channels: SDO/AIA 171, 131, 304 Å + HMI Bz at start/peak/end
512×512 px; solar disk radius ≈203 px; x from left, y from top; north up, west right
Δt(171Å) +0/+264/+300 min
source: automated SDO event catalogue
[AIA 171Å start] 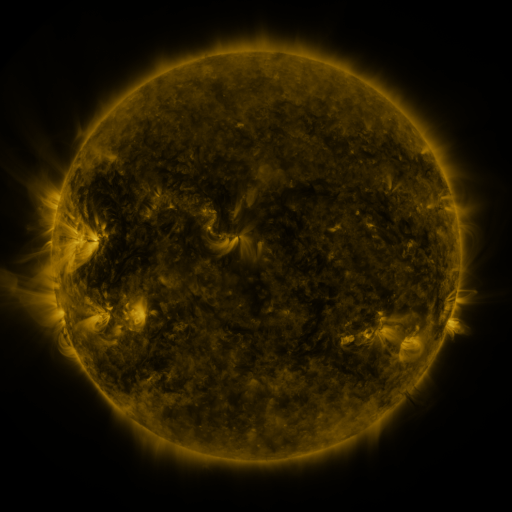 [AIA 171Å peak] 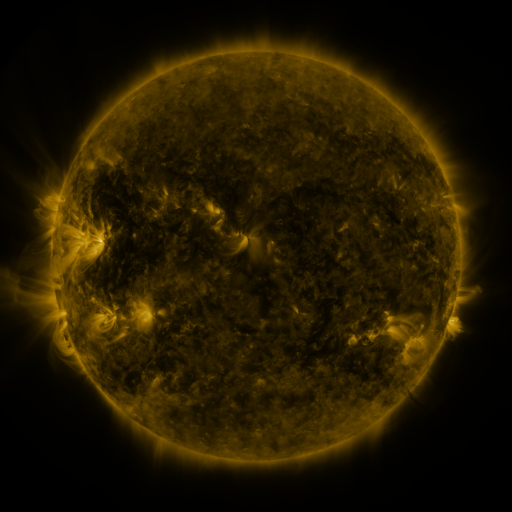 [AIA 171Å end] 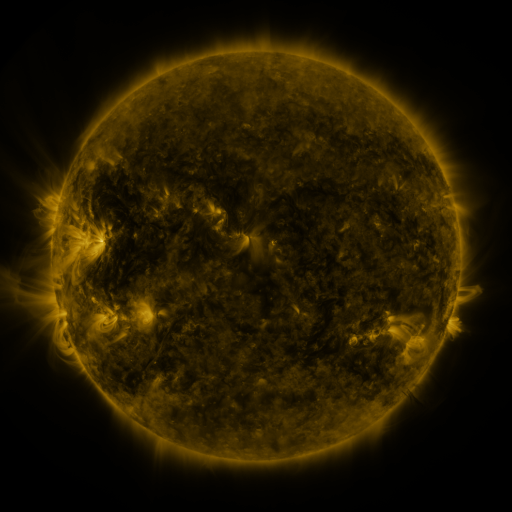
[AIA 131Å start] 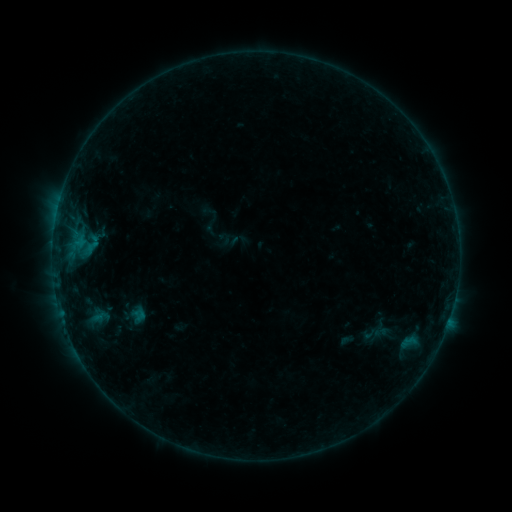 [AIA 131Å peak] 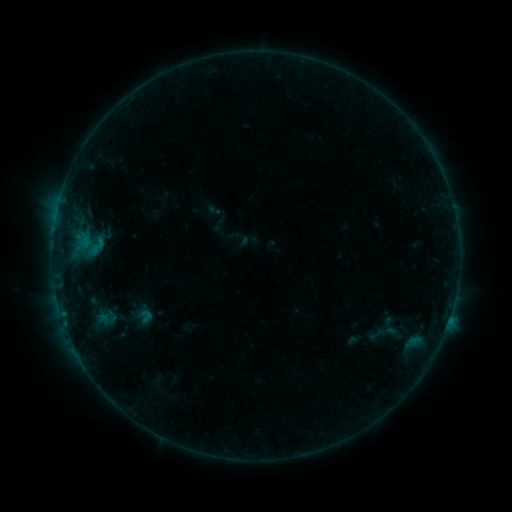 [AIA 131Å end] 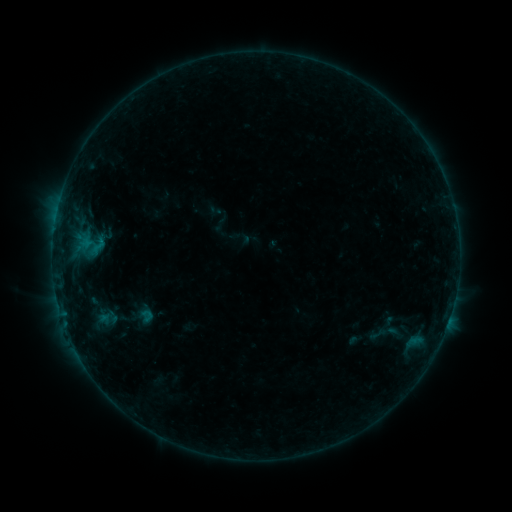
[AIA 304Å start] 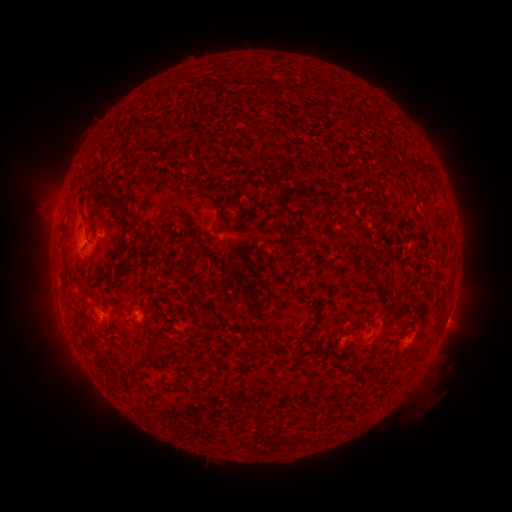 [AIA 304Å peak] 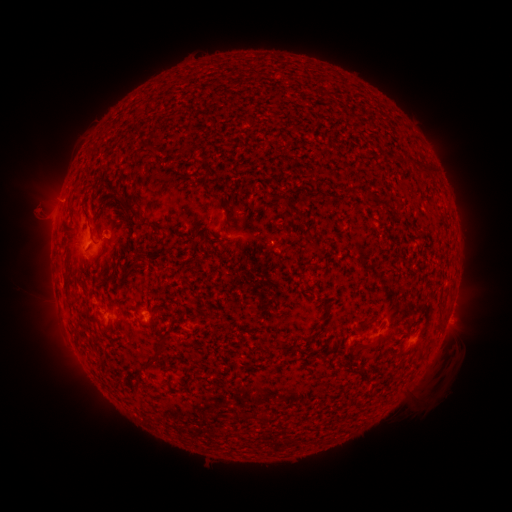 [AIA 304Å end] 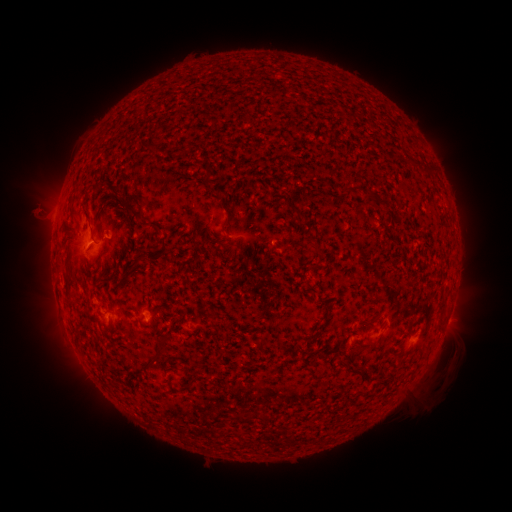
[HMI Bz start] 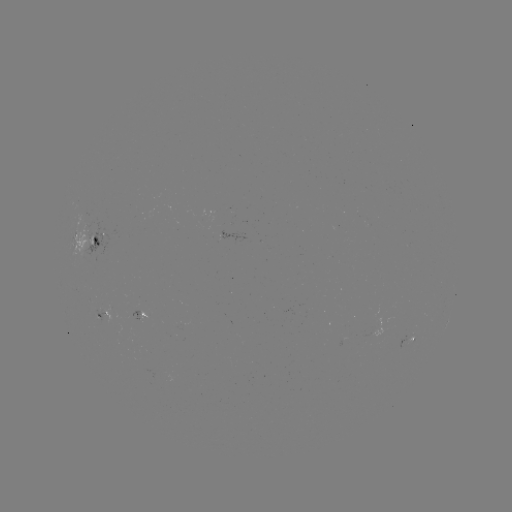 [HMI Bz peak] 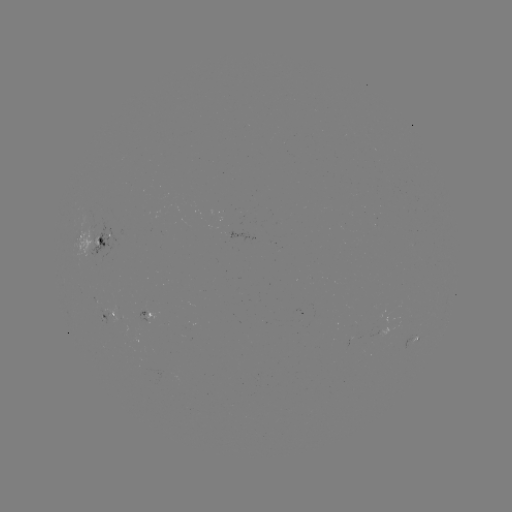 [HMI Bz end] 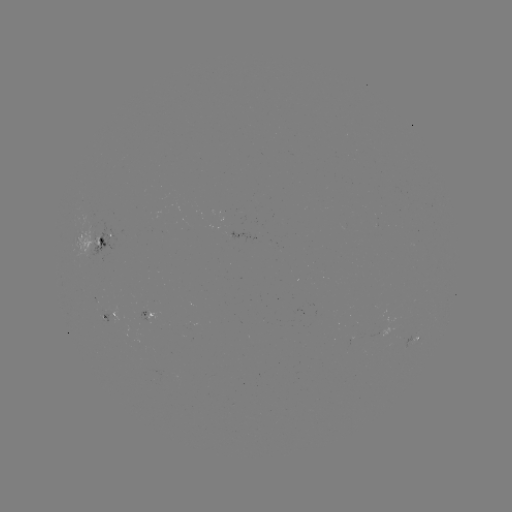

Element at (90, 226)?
emerging-flux region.